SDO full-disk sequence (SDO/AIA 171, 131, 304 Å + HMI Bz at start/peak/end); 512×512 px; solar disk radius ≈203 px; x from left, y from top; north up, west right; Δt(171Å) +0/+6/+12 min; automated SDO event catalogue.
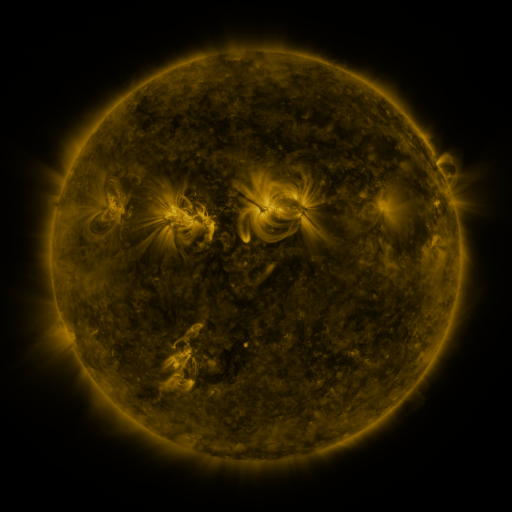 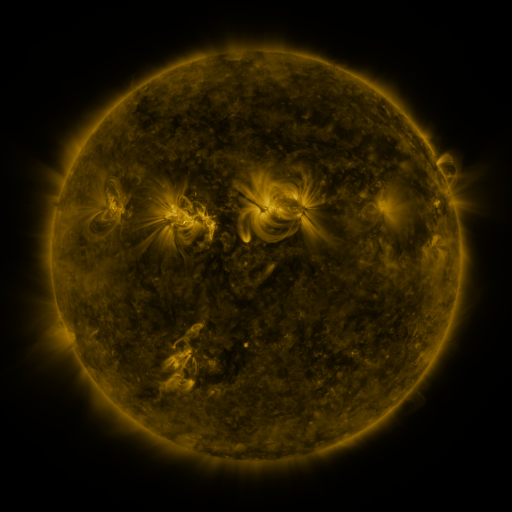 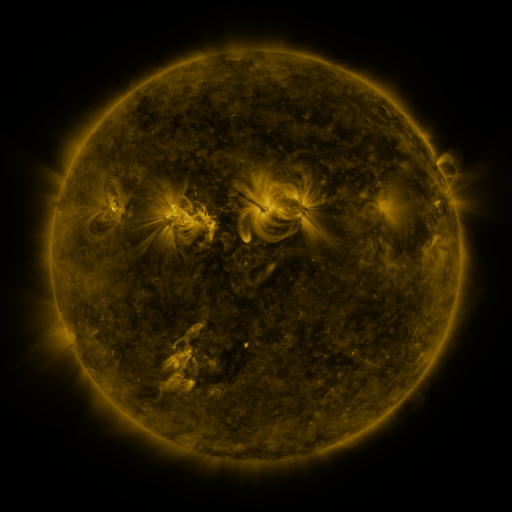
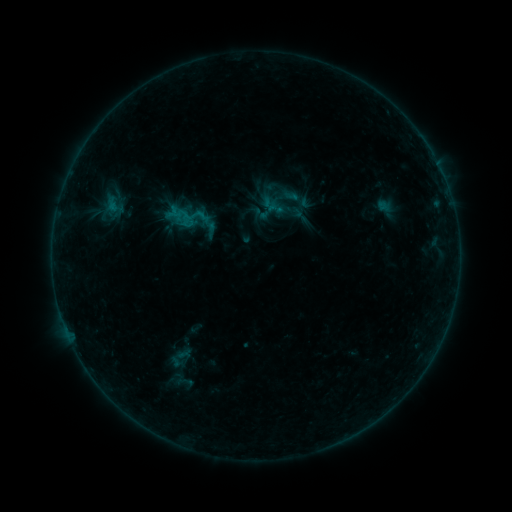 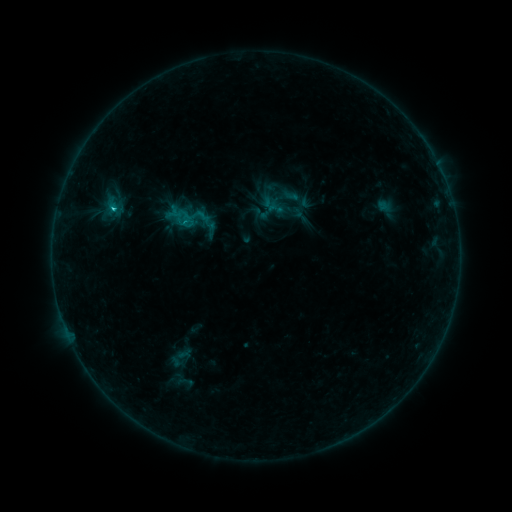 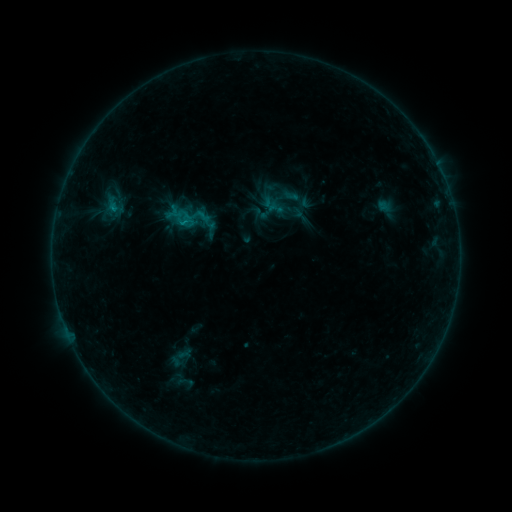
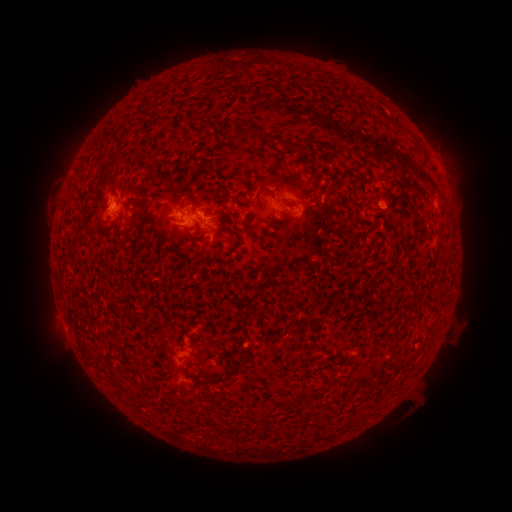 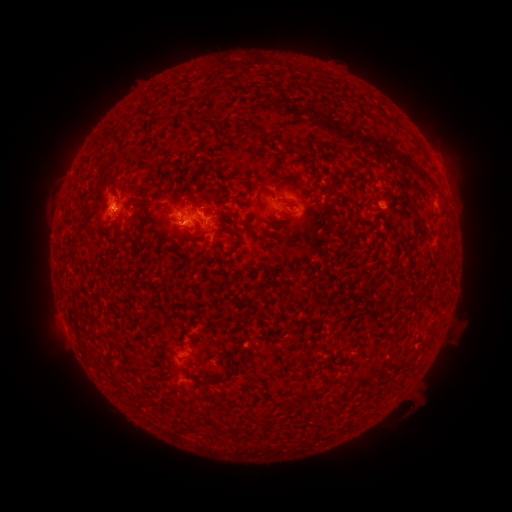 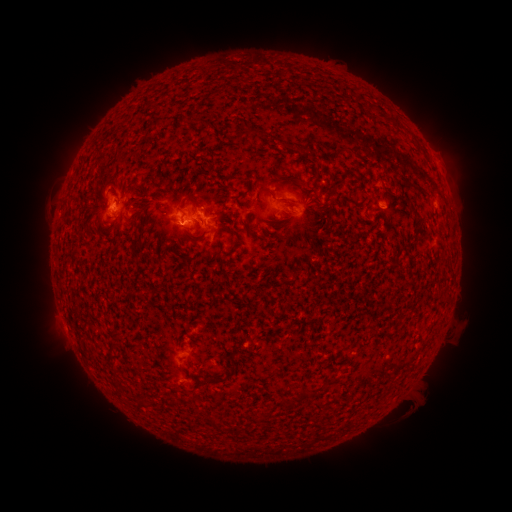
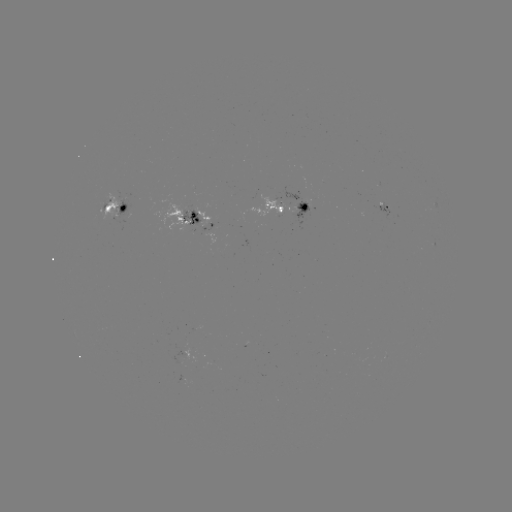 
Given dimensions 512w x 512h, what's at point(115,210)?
C1.0 flare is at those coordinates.